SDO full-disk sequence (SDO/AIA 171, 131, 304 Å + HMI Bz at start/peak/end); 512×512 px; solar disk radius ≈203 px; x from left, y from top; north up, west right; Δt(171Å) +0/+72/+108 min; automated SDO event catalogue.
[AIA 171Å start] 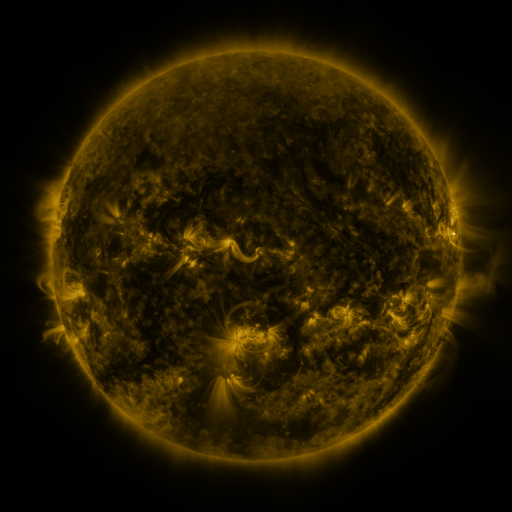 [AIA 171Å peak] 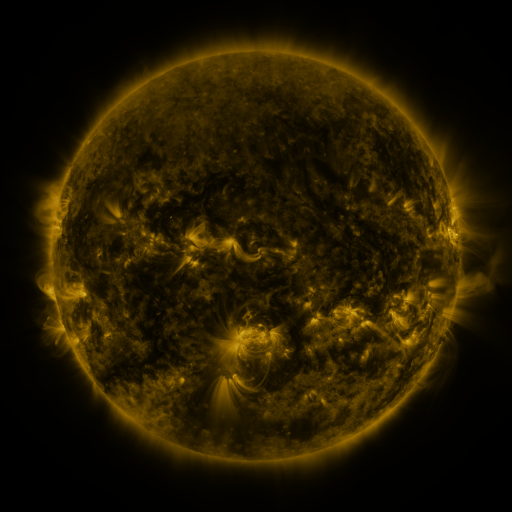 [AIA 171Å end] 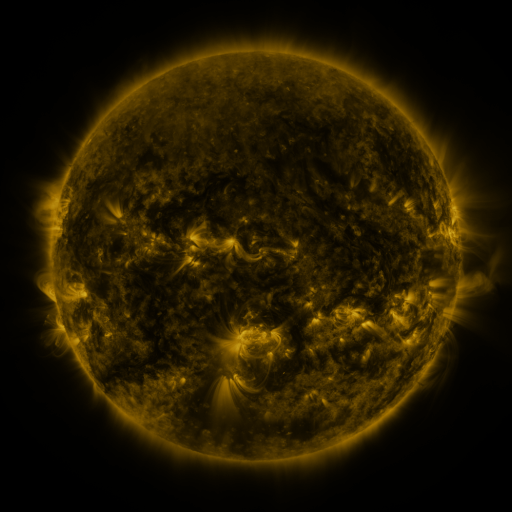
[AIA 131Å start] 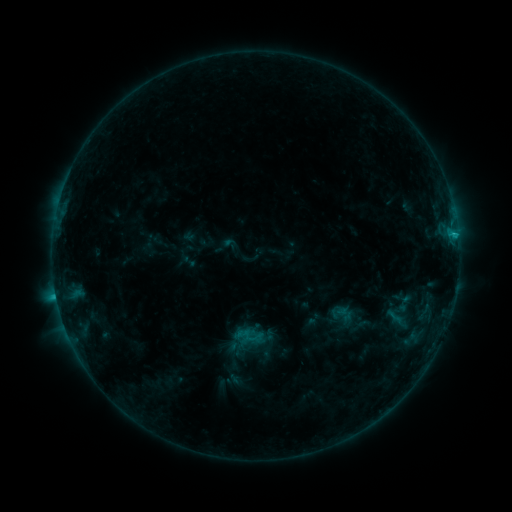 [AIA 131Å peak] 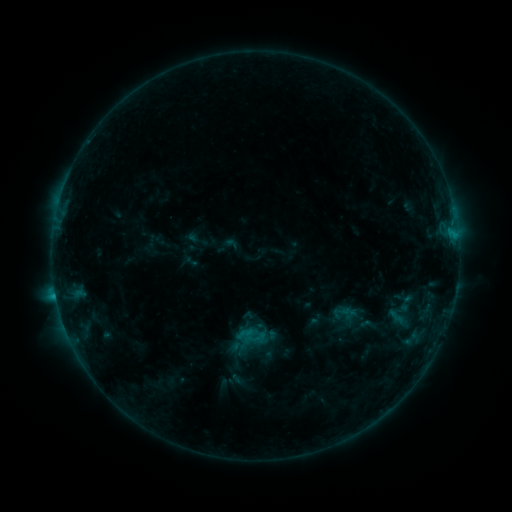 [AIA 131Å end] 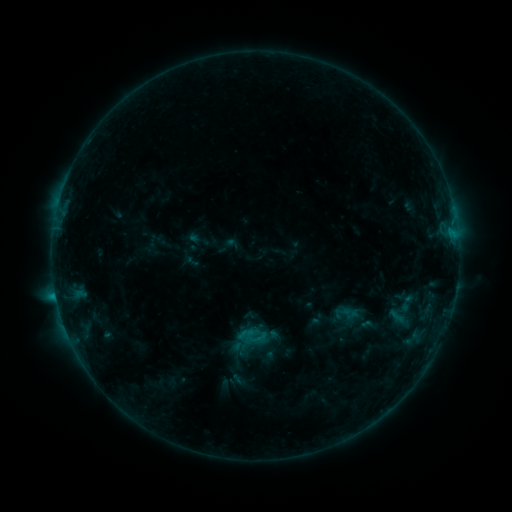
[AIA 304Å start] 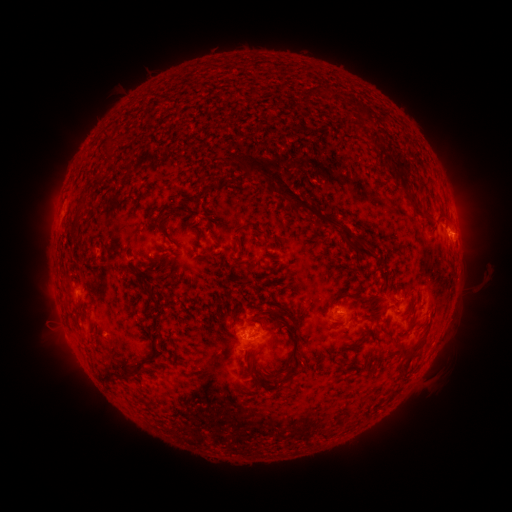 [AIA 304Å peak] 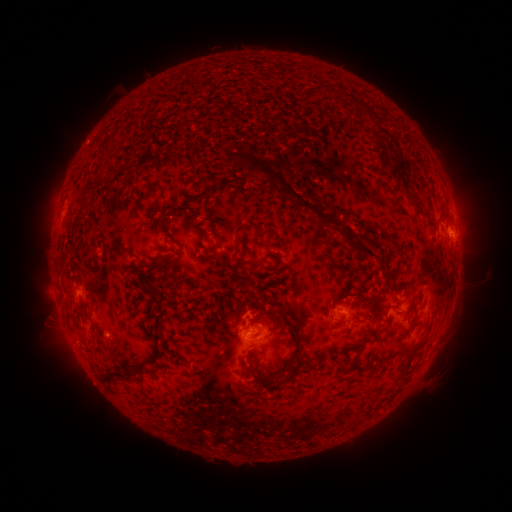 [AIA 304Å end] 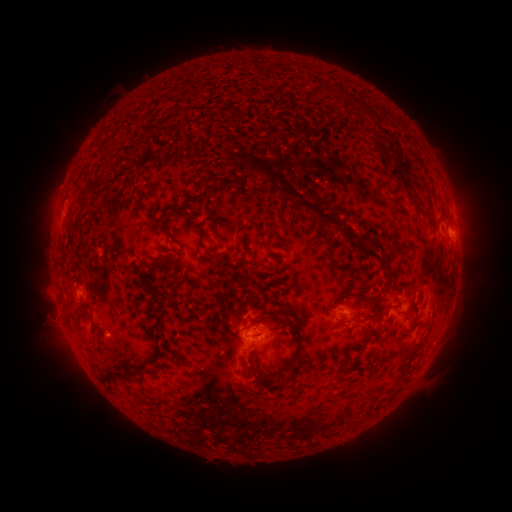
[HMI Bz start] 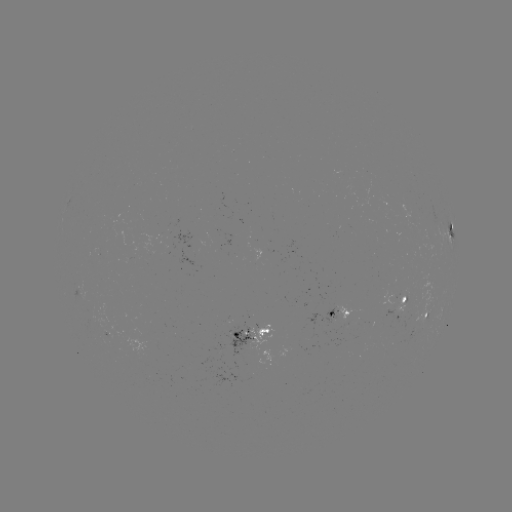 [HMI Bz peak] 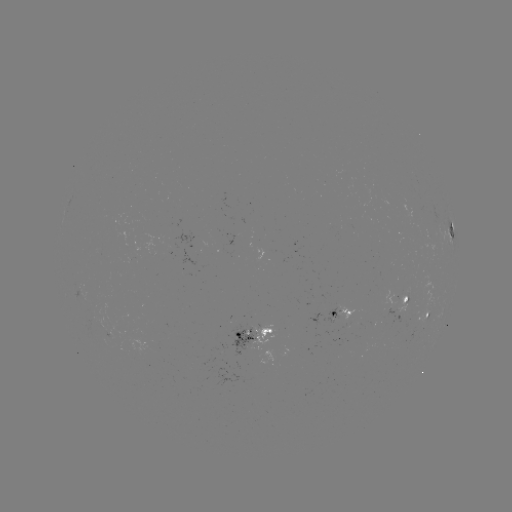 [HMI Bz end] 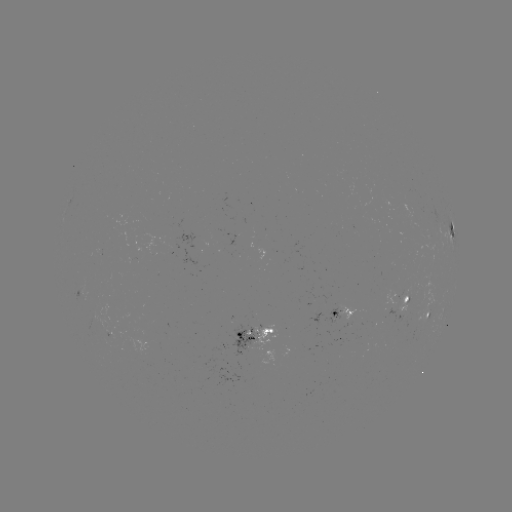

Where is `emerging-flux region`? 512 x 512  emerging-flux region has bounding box [178, 233, 205, 266].